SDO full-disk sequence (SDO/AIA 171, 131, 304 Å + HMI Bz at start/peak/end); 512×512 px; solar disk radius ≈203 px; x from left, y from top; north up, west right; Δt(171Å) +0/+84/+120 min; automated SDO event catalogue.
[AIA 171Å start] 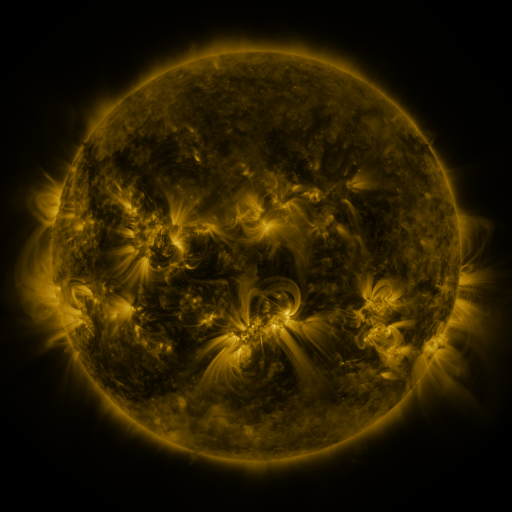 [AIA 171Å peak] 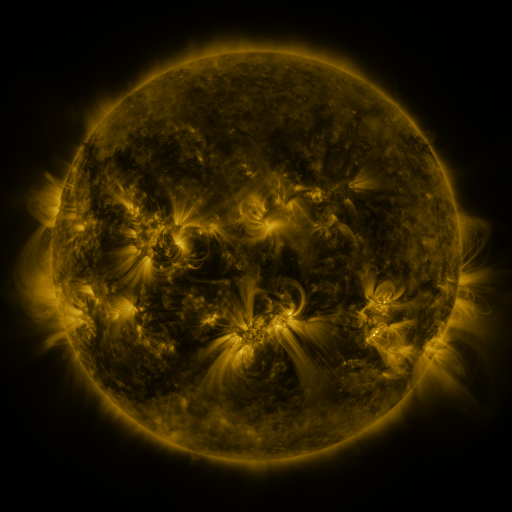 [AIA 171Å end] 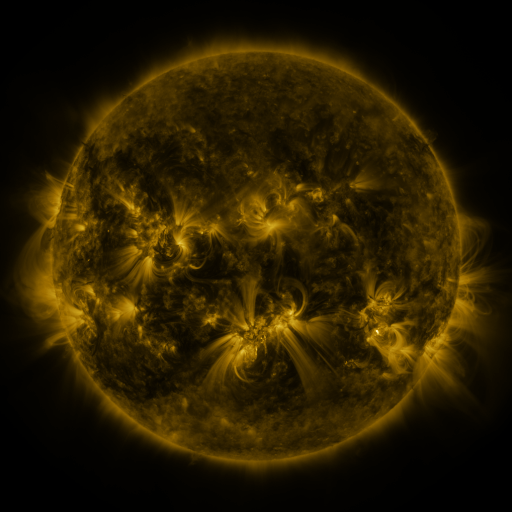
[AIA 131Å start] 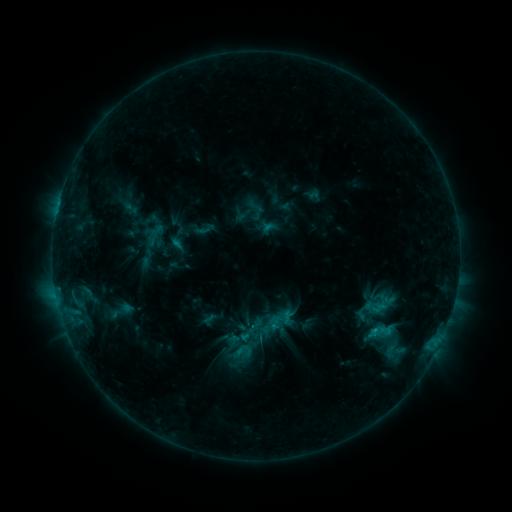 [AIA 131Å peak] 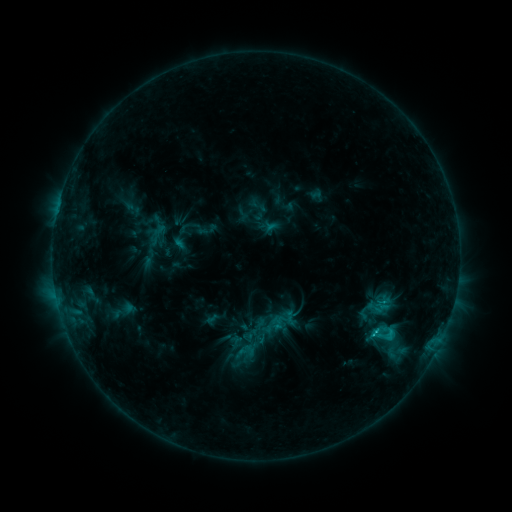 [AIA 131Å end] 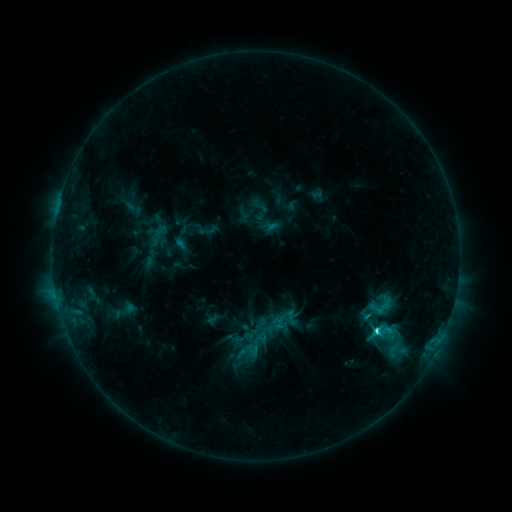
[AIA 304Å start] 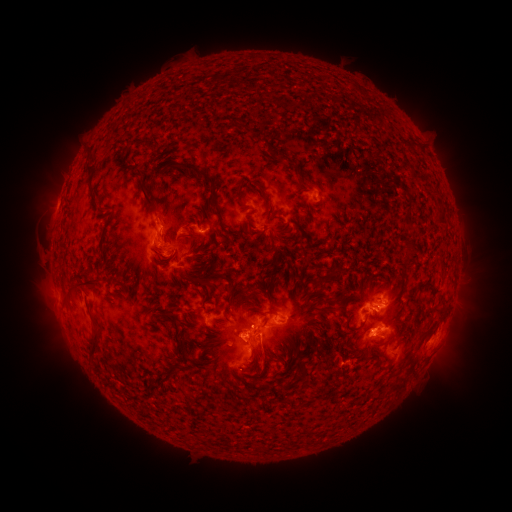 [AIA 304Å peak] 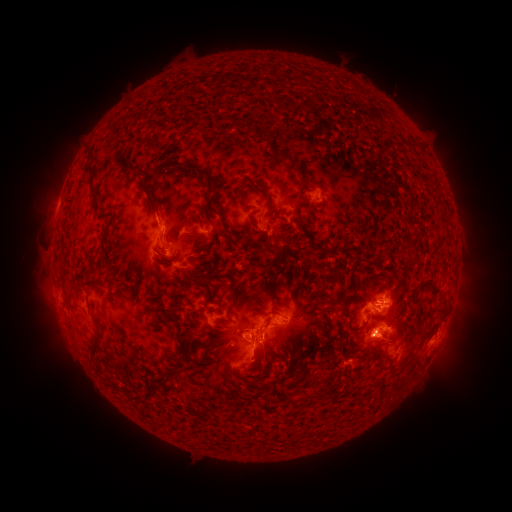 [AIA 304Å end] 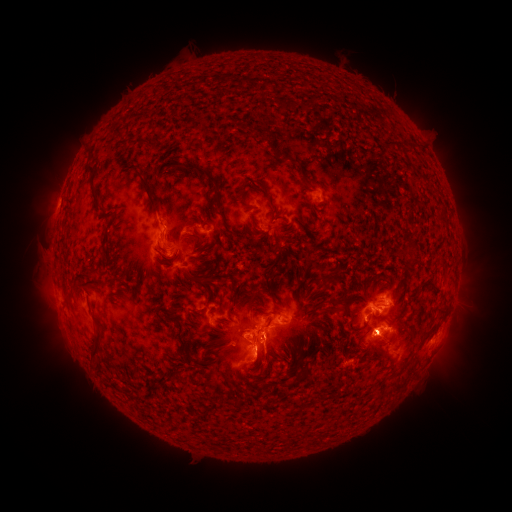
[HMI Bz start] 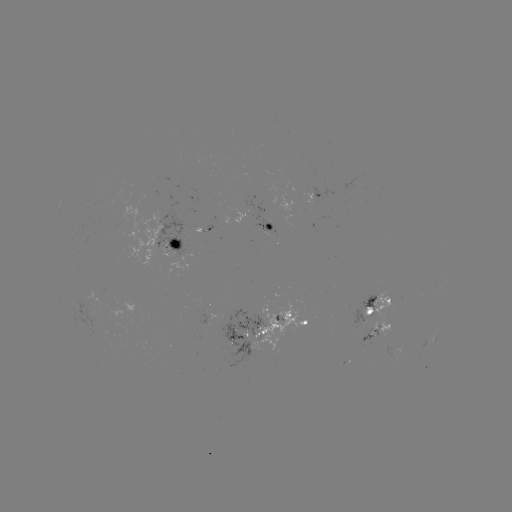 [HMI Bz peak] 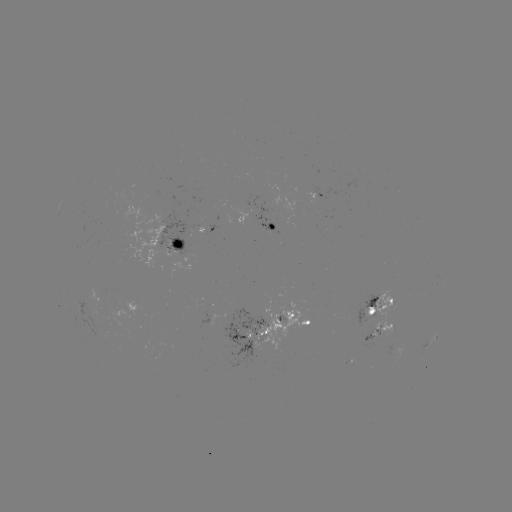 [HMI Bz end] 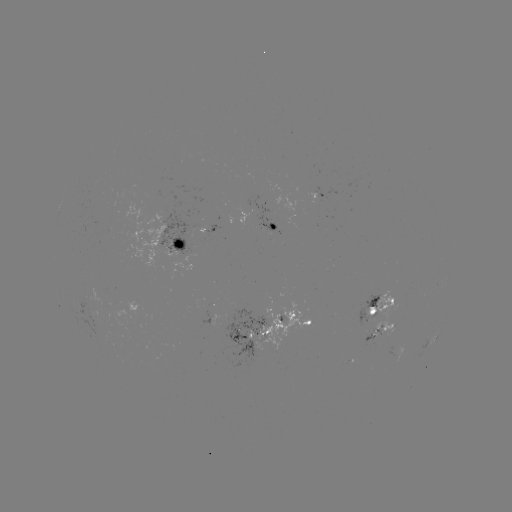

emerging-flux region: (352, 329, 377, 364)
